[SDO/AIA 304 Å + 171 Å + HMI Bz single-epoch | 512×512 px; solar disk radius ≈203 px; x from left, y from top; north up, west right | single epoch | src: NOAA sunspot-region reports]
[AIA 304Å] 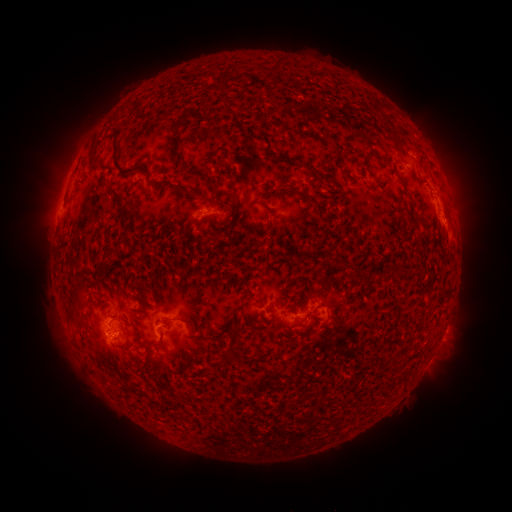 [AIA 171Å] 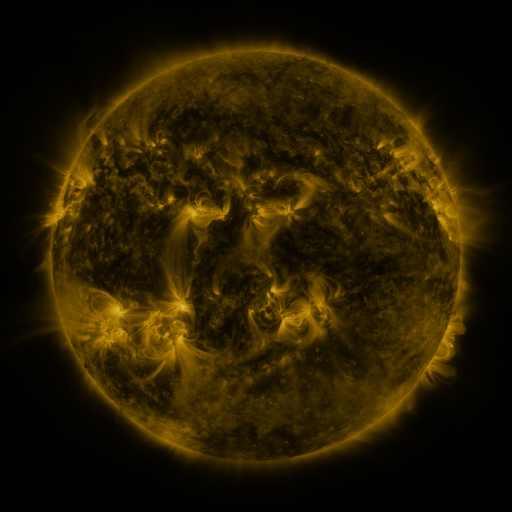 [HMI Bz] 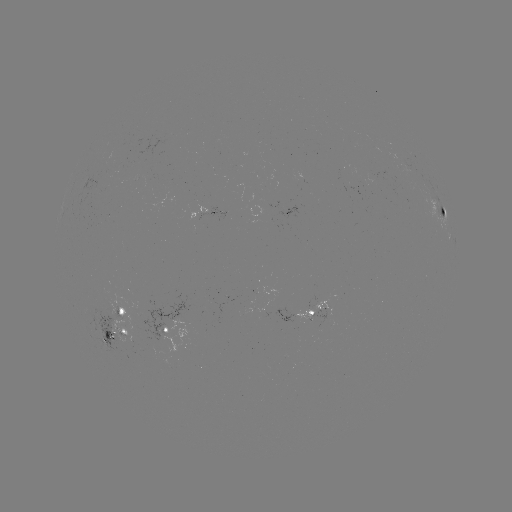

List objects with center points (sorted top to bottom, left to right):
spotted active region: (443, 210)
spotted active region: (207, 214)
spotted active region: (316, 309)
spotted active region: (164, 327)
spotted active region: (125, 328)
